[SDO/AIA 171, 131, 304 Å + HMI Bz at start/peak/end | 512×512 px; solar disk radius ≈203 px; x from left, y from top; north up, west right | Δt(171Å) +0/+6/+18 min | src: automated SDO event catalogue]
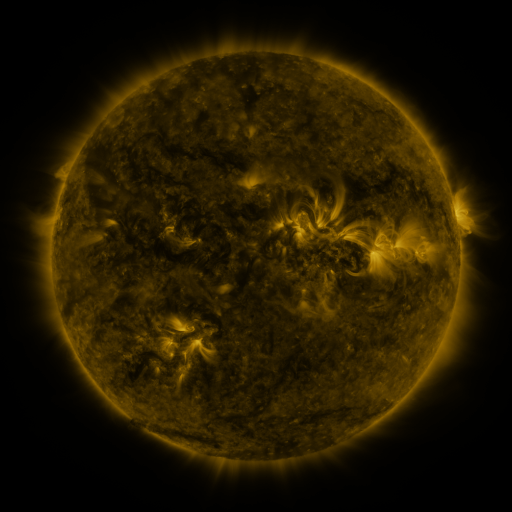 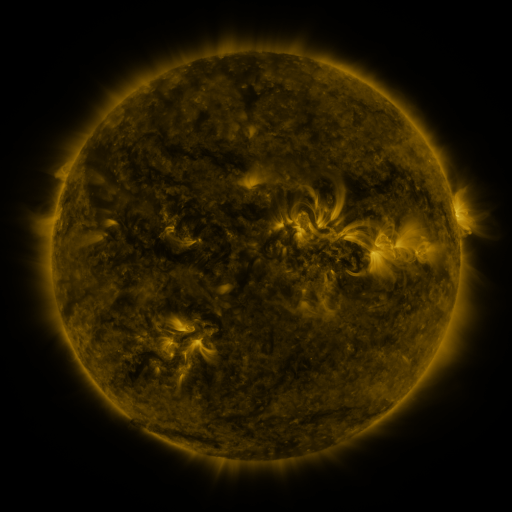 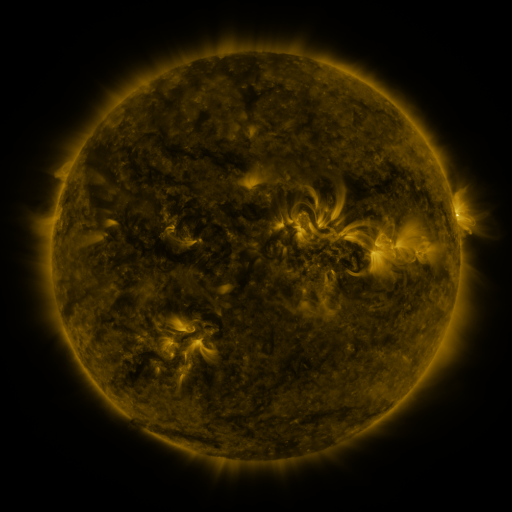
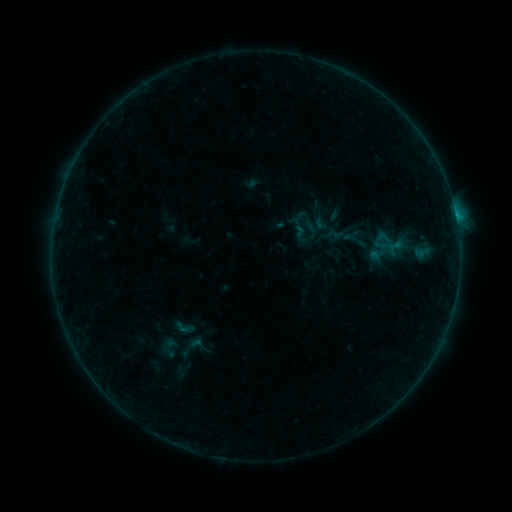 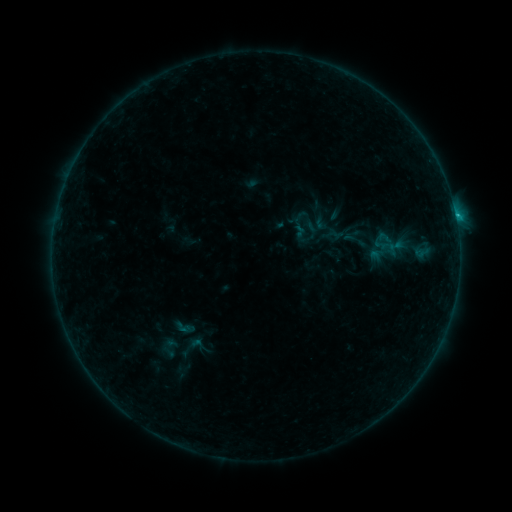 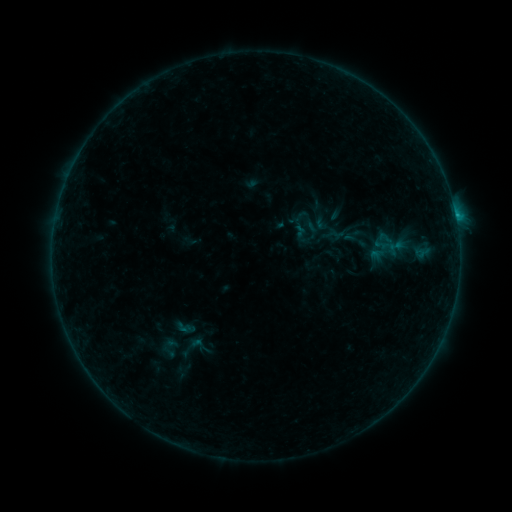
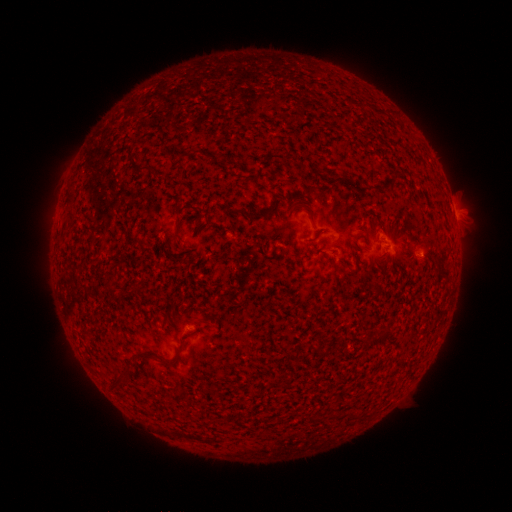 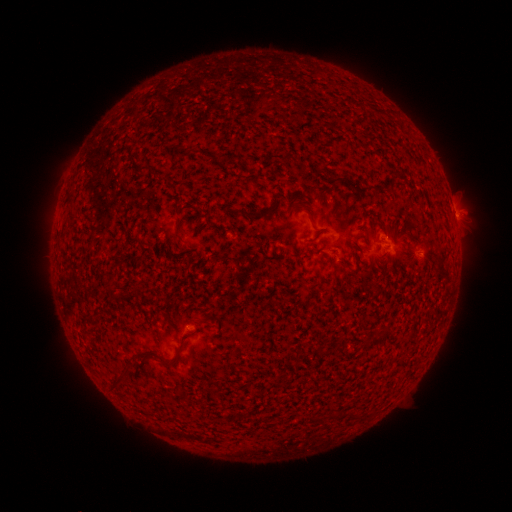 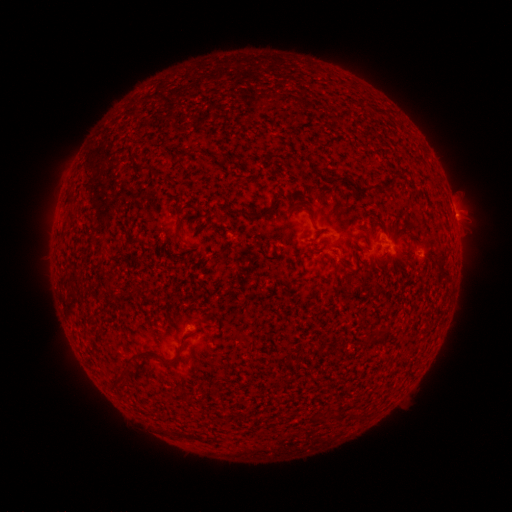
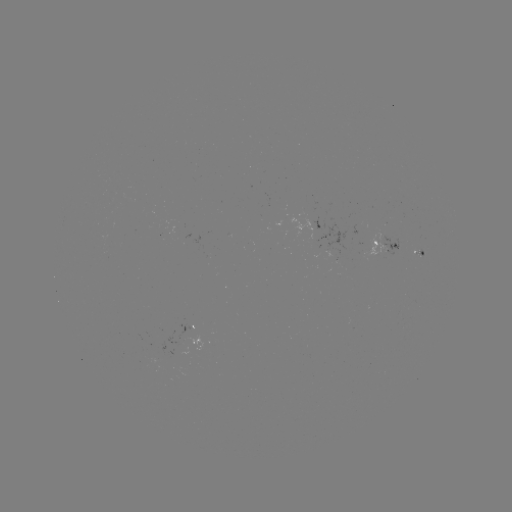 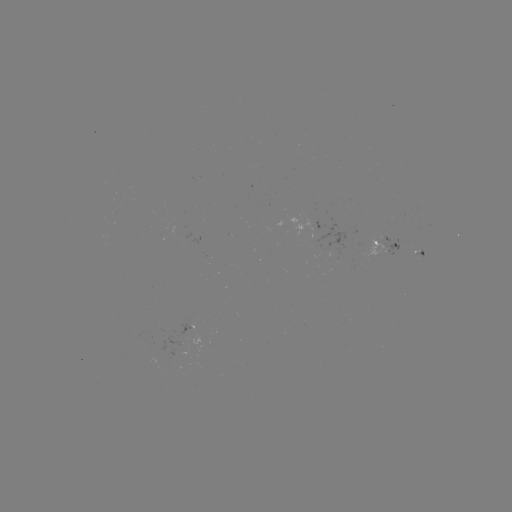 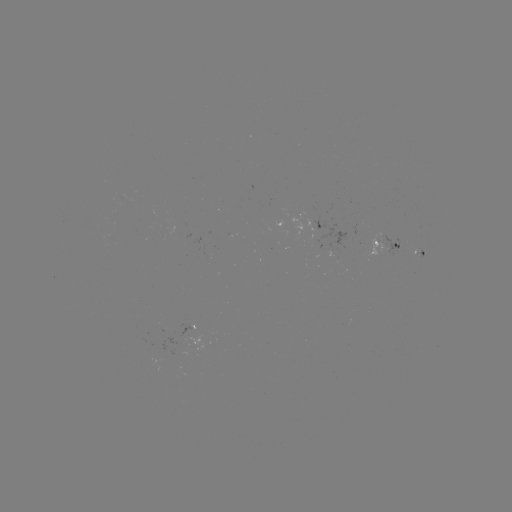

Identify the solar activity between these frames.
B4.2 flare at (455, 218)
